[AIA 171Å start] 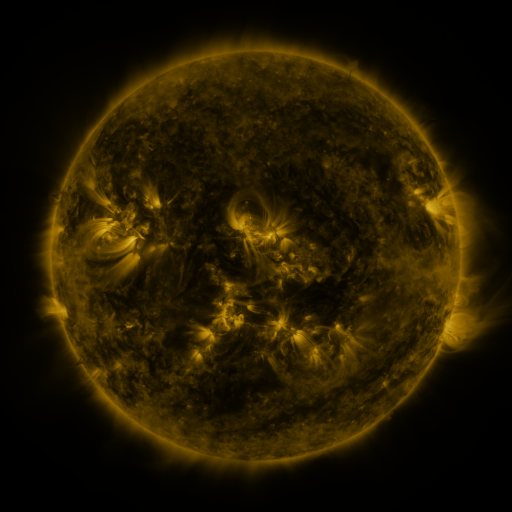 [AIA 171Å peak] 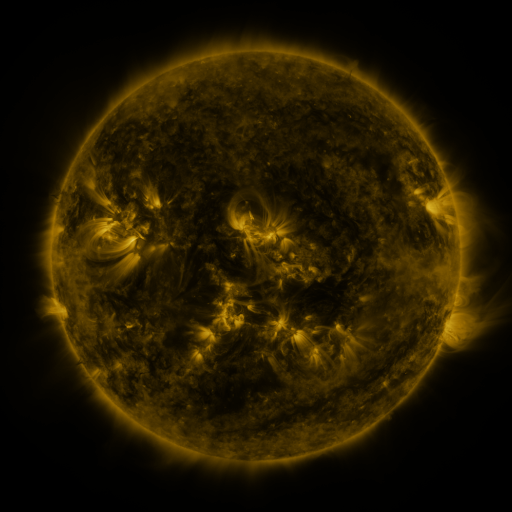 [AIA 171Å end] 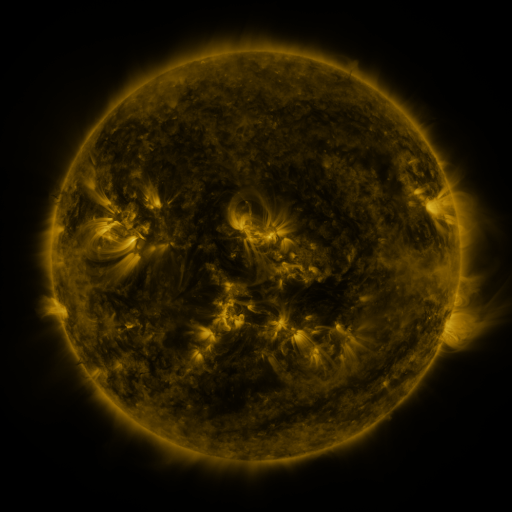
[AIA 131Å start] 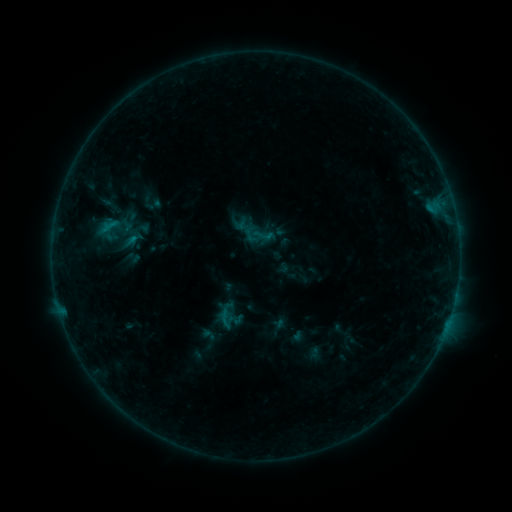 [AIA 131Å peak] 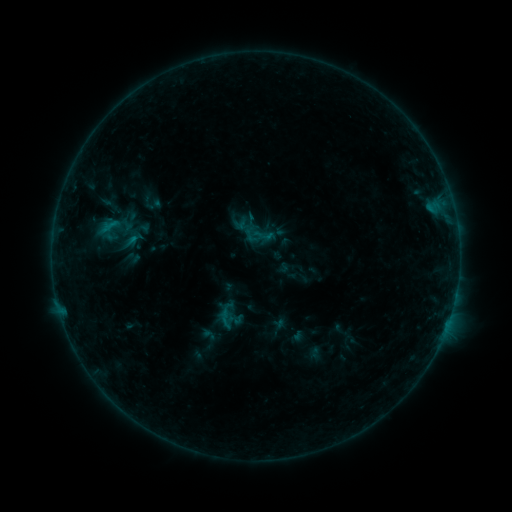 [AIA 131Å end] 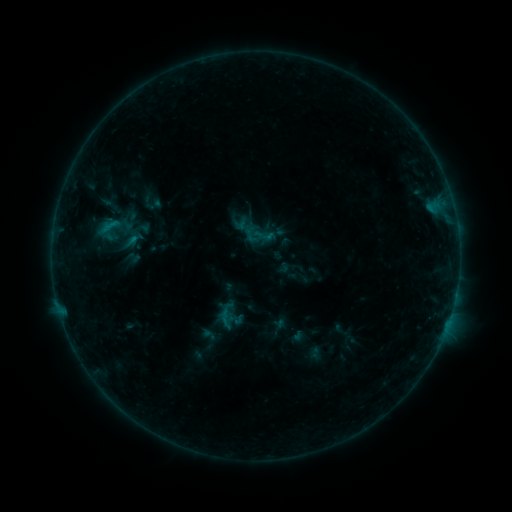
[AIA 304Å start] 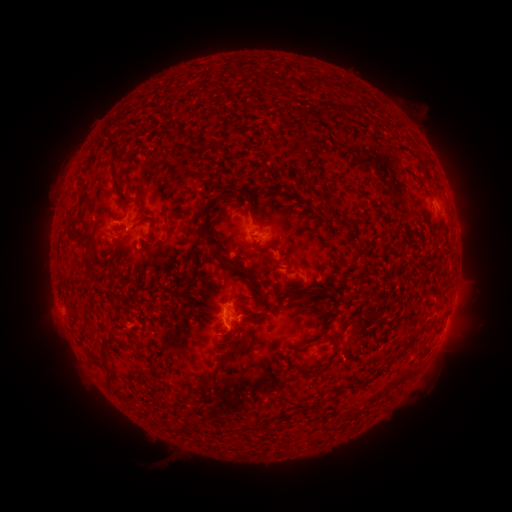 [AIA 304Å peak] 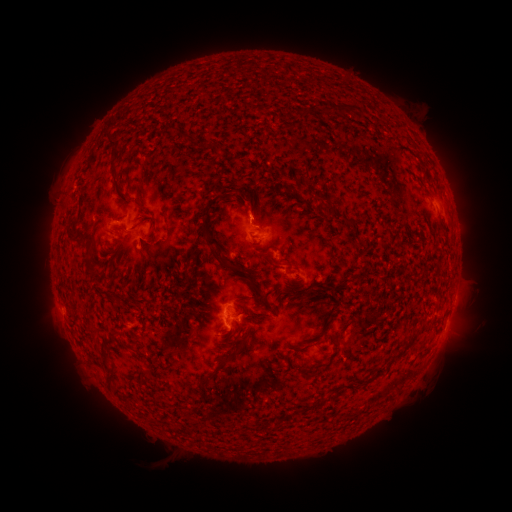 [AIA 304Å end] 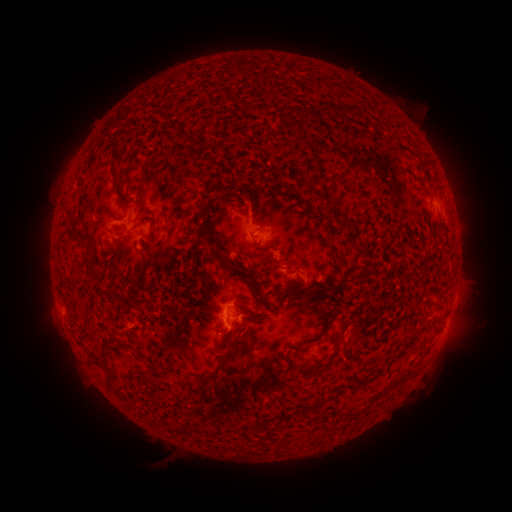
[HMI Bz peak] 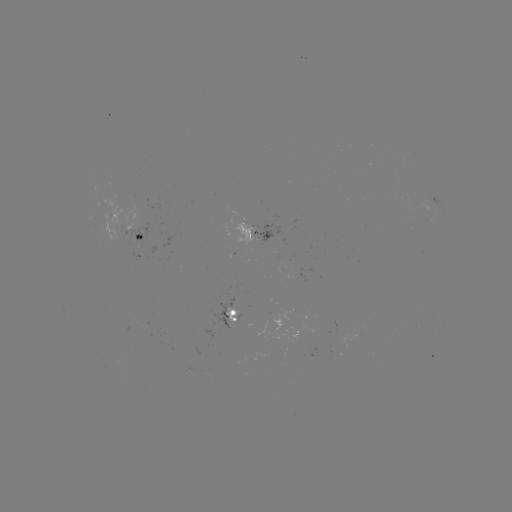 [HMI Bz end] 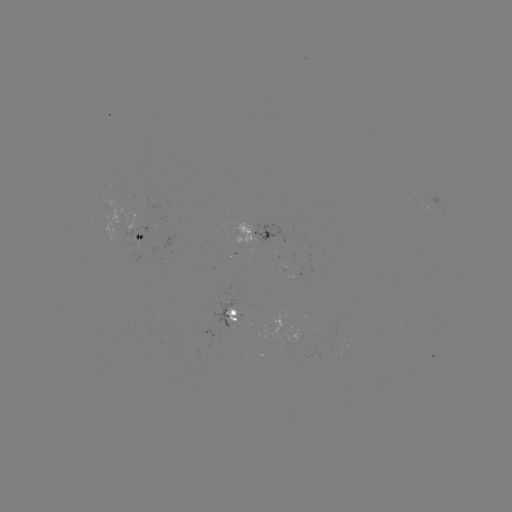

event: eruption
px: (254, 206)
